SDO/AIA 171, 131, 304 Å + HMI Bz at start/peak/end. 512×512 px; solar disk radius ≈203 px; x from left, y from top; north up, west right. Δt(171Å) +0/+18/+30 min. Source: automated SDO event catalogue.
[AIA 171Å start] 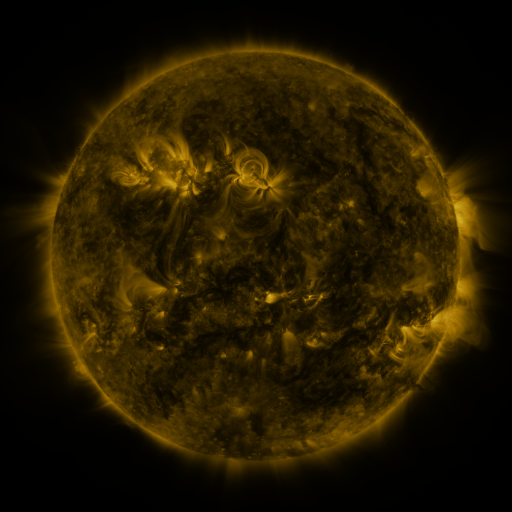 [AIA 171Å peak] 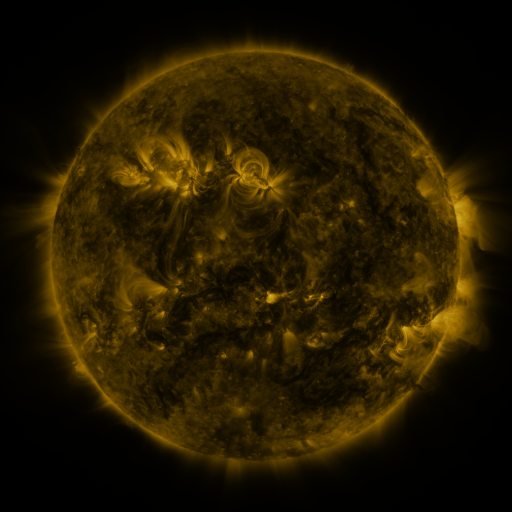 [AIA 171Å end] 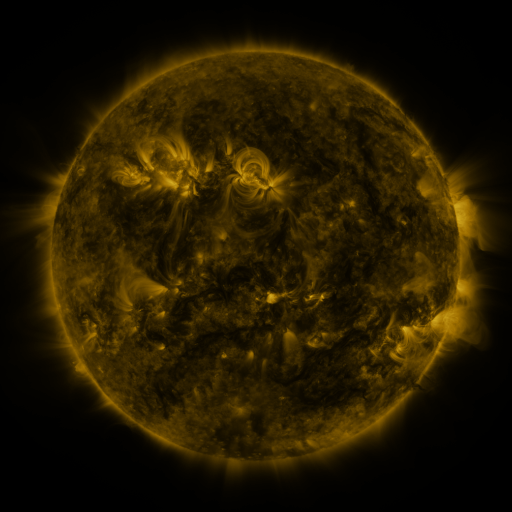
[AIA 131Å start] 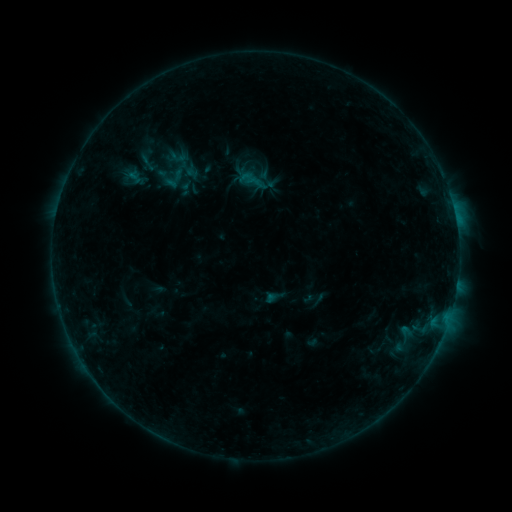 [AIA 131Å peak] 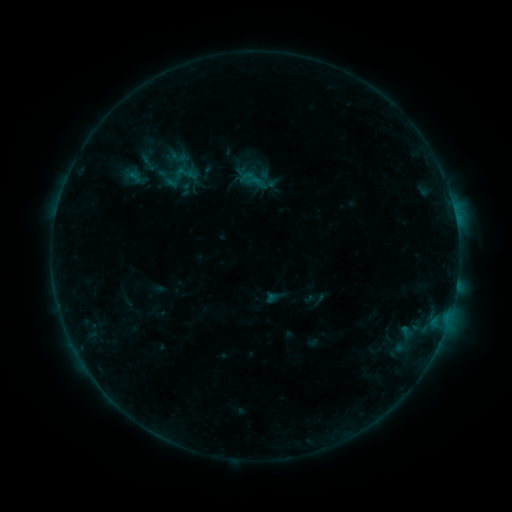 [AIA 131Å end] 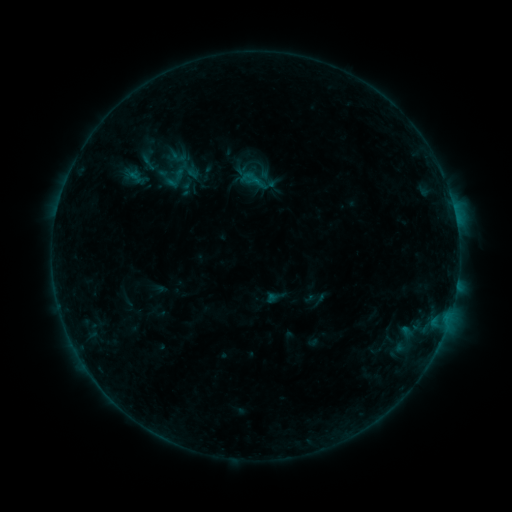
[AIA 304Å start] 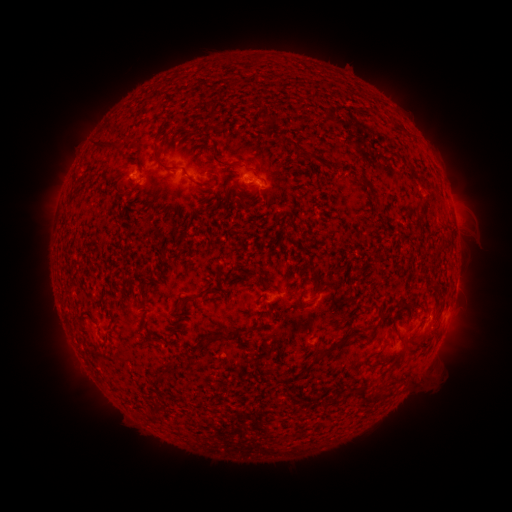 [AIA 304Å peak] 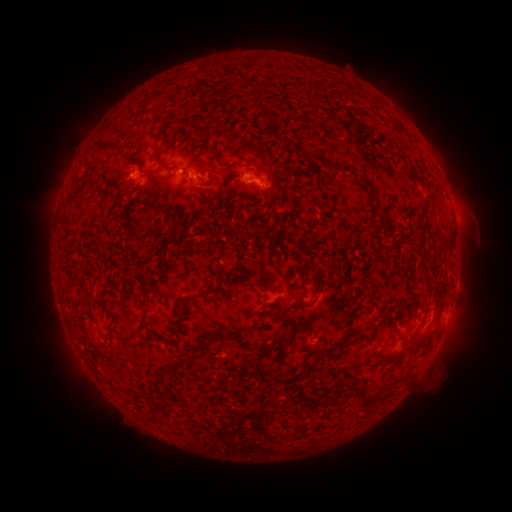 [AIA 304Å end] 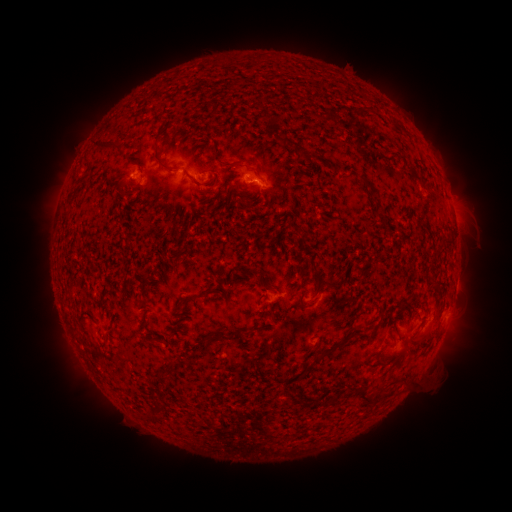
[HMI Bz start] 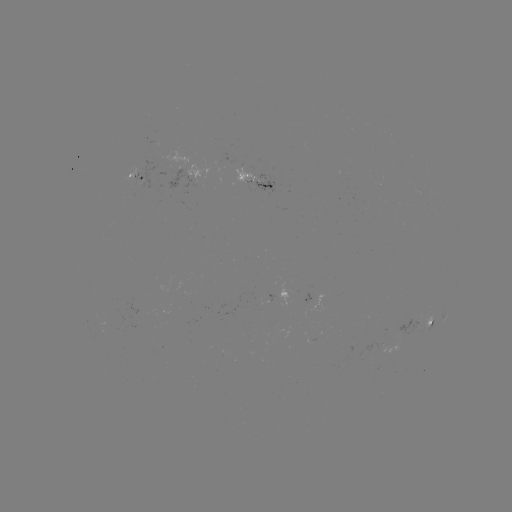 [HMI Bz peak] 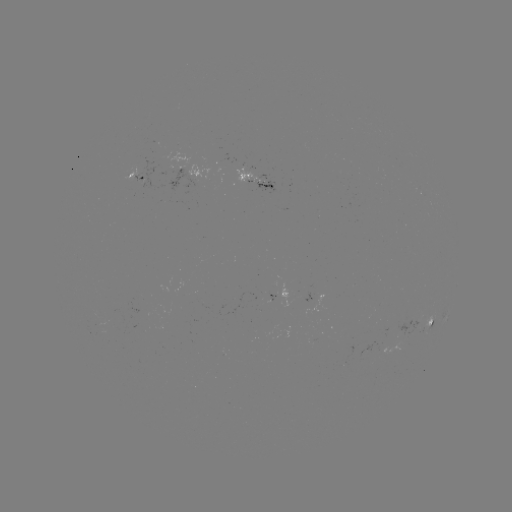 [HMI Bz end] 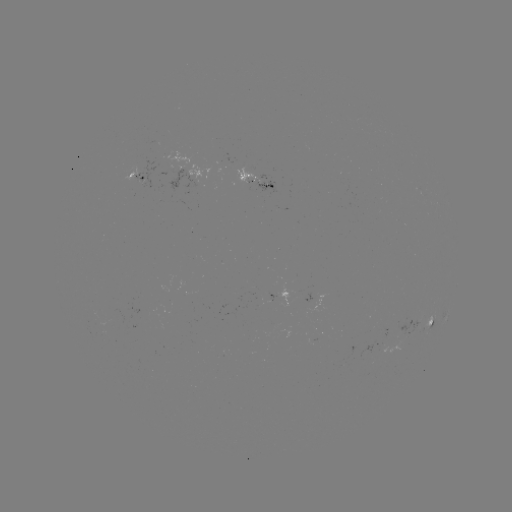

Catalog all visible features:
B3.7 flare: (183, 173)
